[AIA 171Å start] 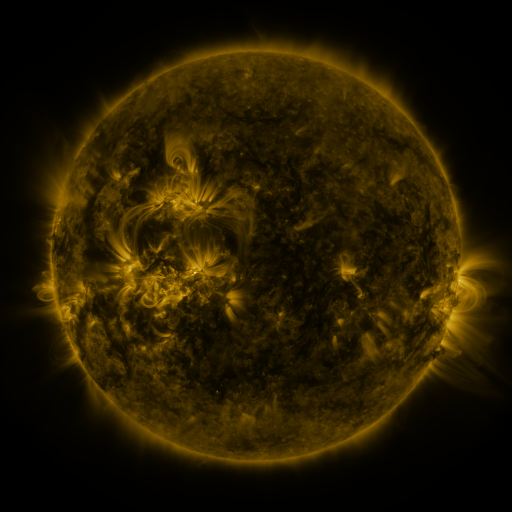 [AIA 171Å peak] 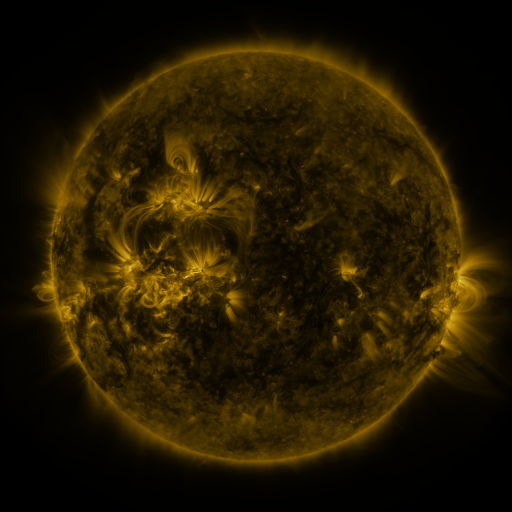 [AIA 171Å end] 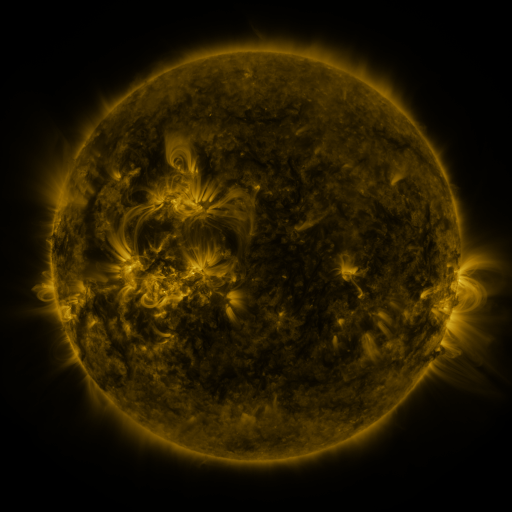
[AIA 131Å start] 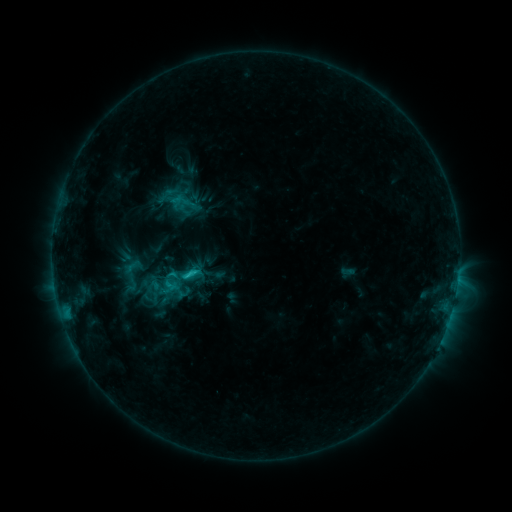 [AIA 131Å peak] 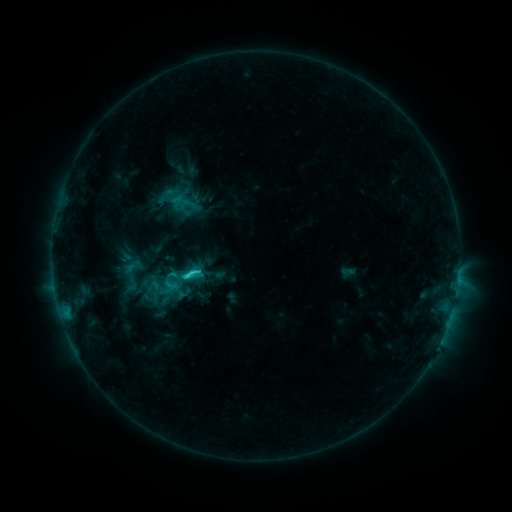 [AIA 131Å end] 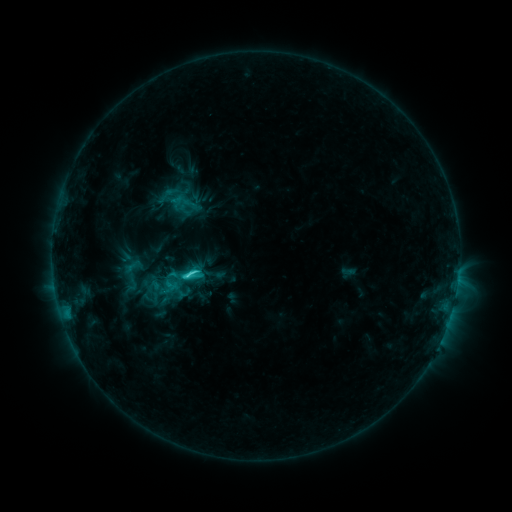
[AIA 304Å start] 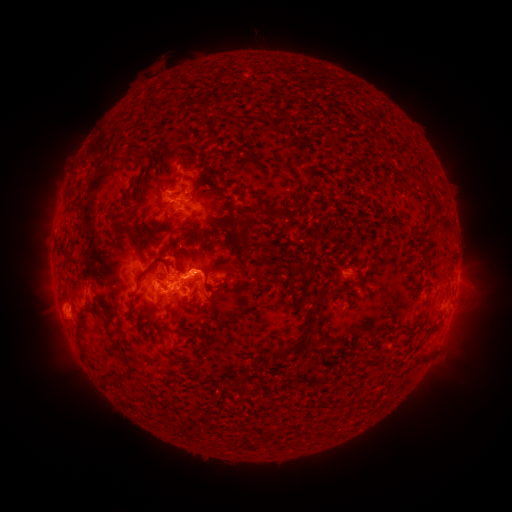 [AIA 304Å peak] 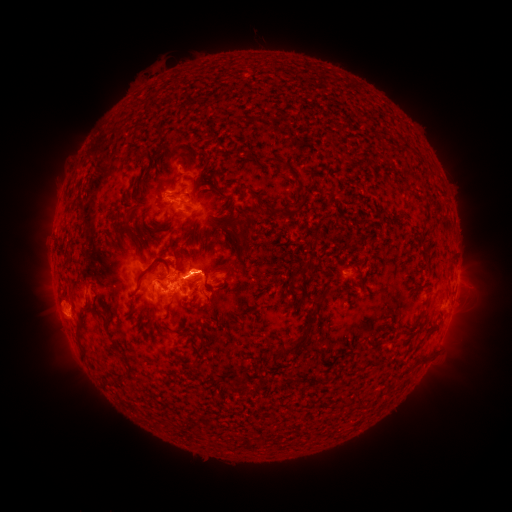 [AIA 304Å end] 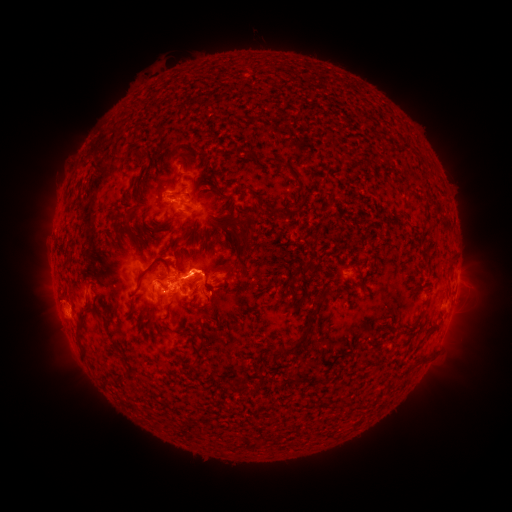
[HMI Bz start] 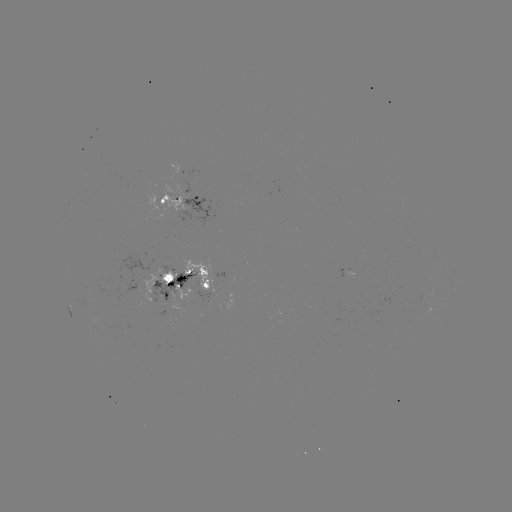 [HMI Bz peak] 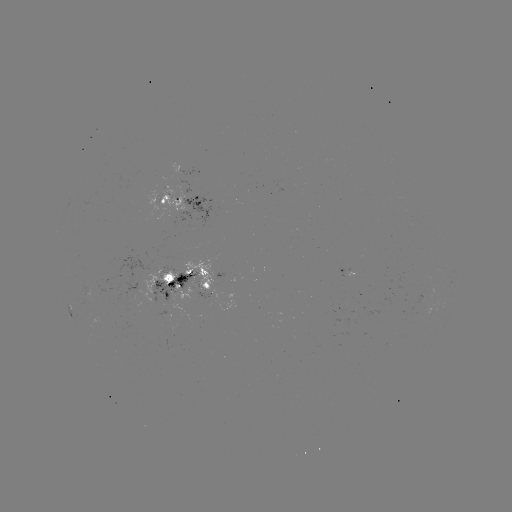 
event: flare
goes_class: C3.9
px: (197, 270)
